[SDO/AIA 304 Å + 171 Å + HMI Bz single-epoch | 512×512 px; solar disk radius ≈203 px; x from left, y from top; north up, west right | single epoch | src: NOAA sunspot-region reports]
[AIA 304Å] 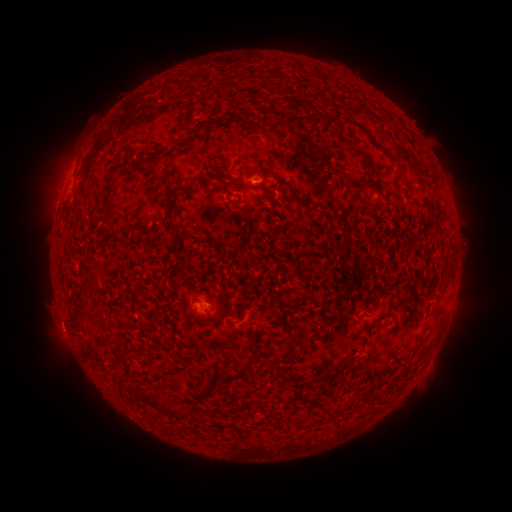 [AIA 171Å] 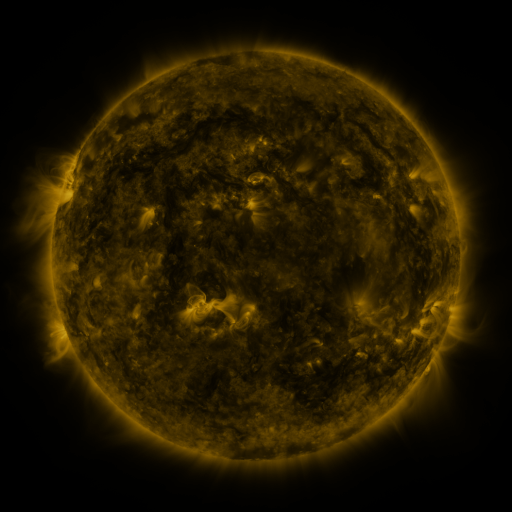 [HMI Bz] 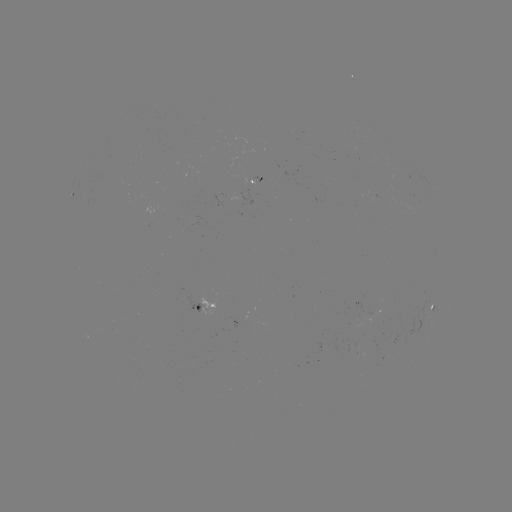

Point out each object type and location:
spotted active region: (374, 196)
spotted active region: (208, 304)
spotted active region: (432, 306)
